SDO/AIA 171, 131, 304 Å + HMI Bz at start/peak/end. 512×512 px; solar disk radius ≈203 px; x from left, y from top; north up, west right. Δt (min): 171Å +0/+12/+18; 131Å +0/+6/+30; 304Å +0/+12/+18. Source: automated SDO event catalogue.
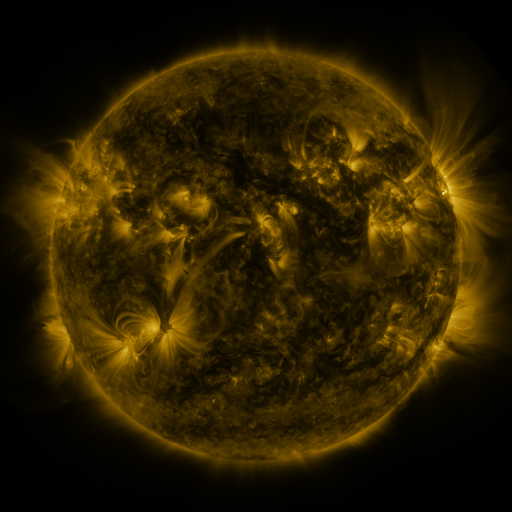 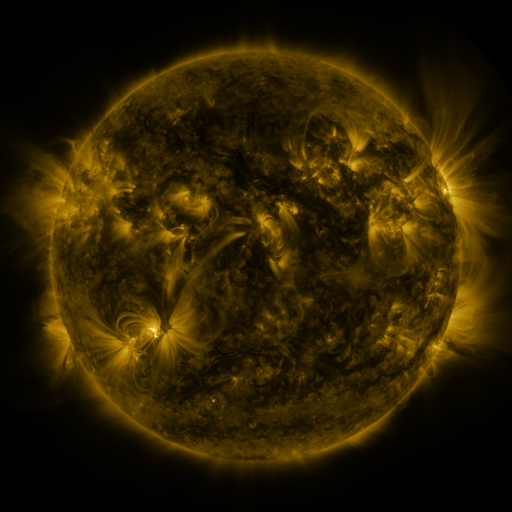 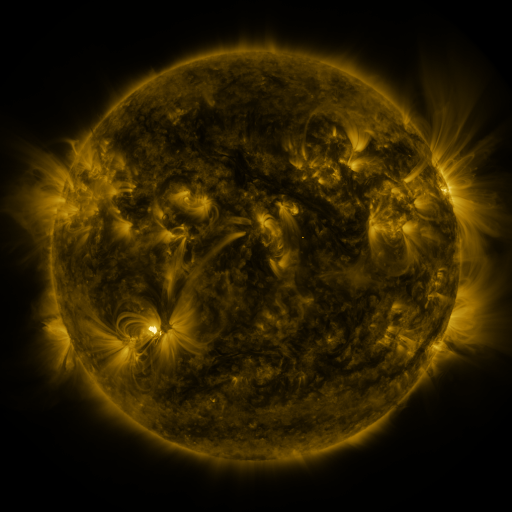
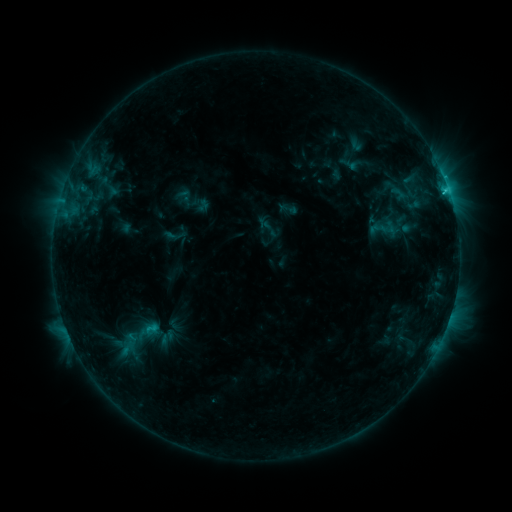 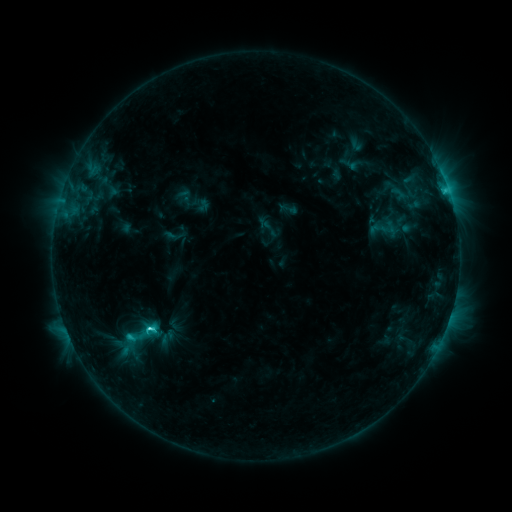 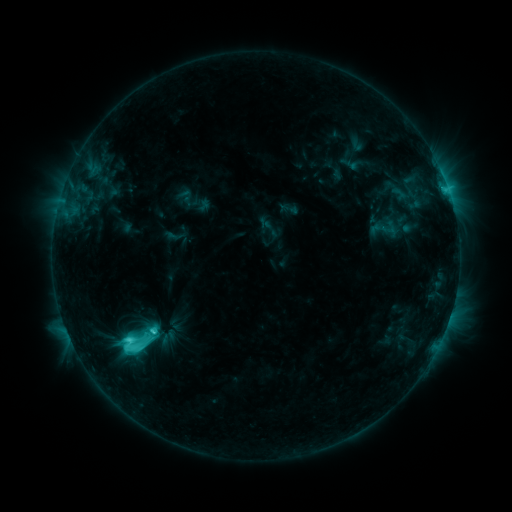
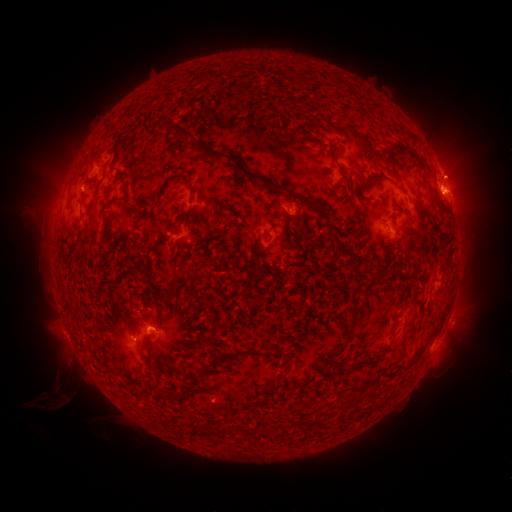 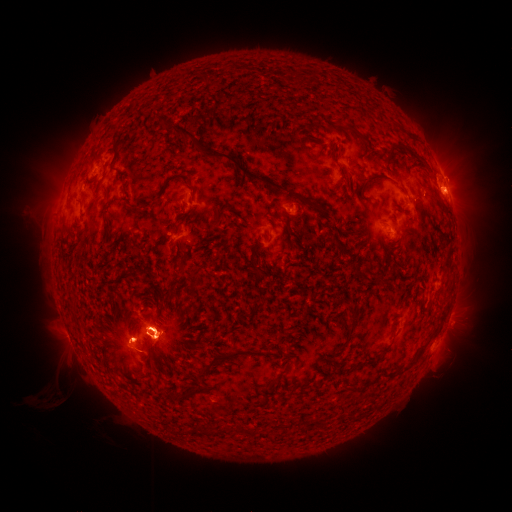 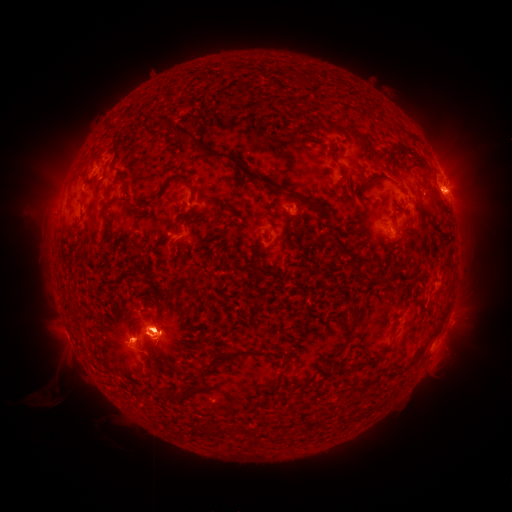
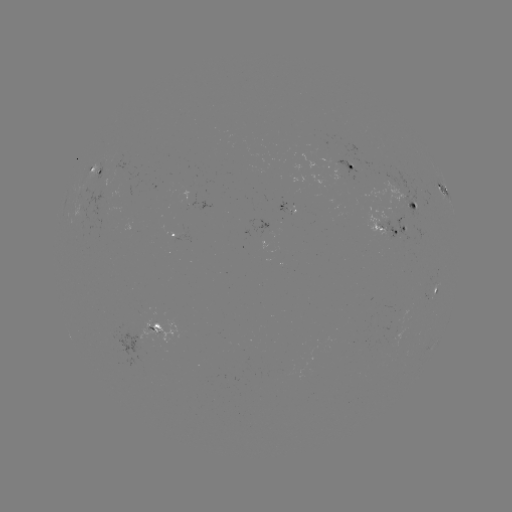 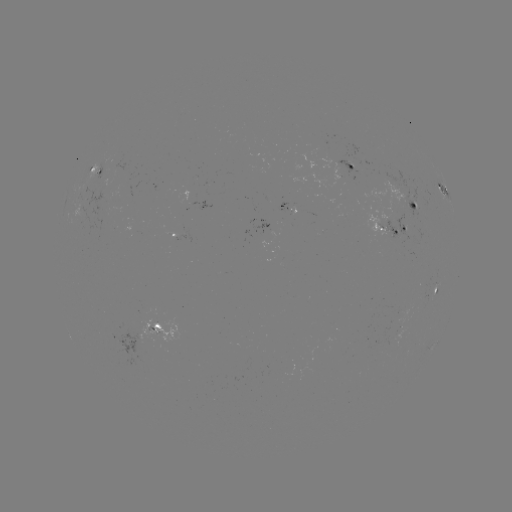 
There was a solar flare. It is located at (153, 330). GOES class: M1.9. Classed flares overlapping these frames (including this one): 1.